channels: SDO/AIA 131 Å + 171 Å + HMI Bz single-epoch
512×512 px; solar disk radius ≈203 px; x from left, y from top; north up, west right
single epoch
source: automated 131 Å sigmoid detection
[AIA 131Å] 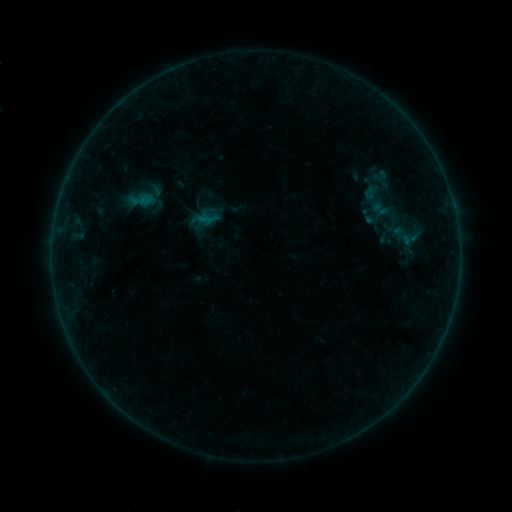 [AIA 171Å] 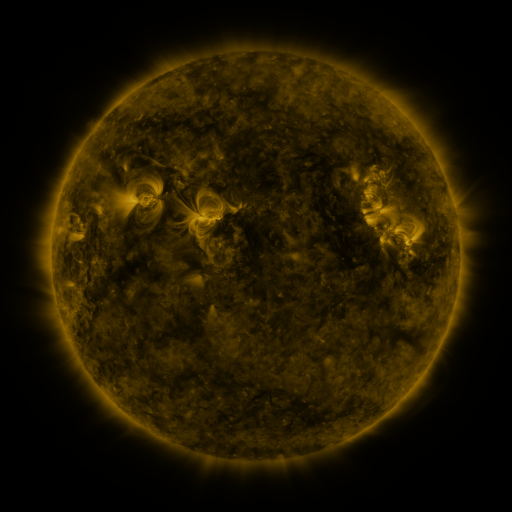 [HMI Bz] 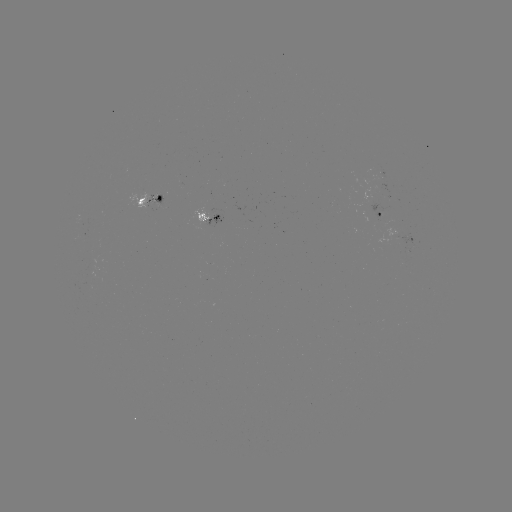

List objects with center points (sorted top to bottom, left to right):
sigmoid: [354, 181, 393, 216]
